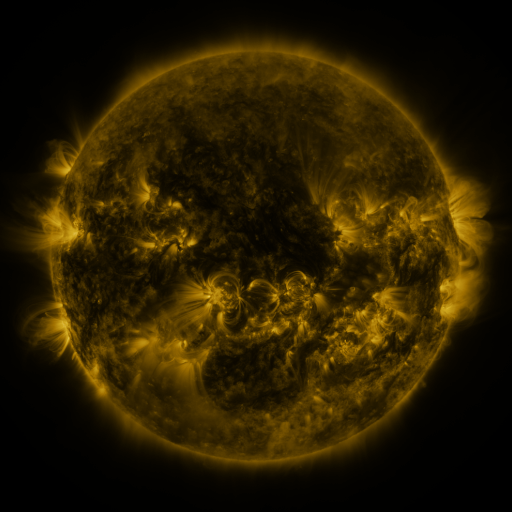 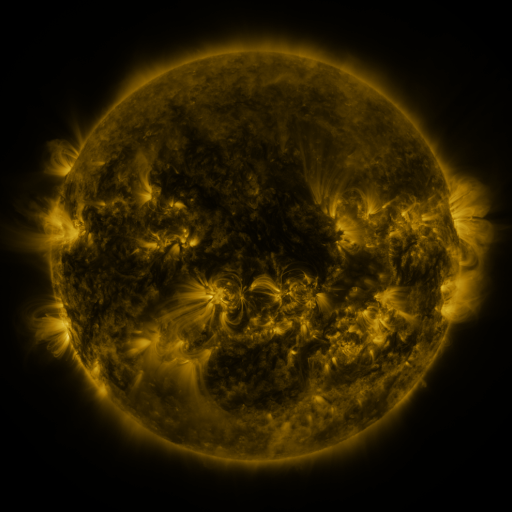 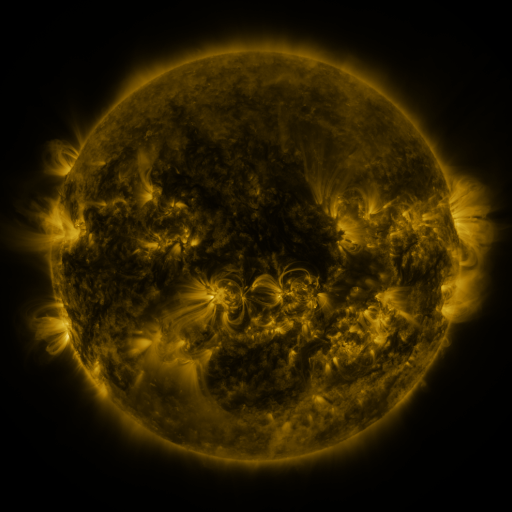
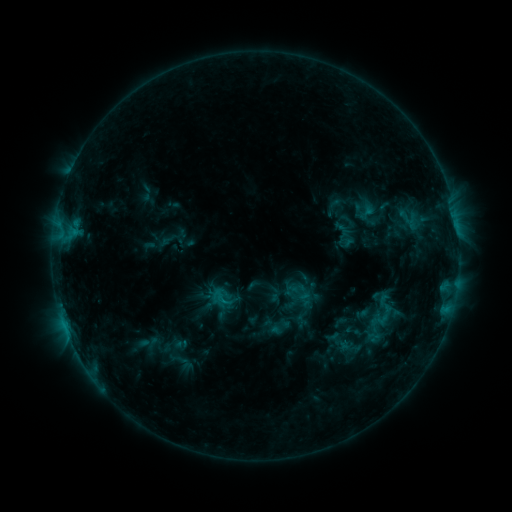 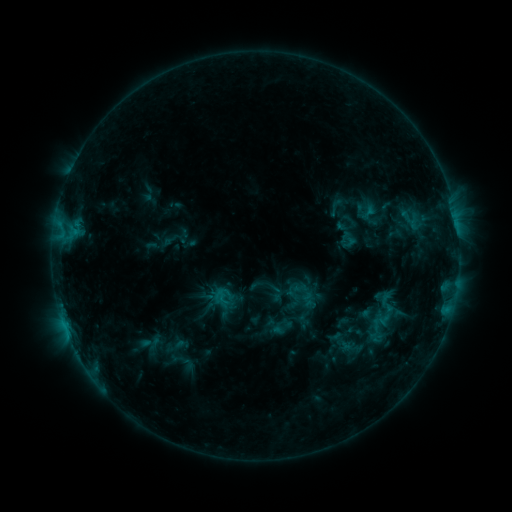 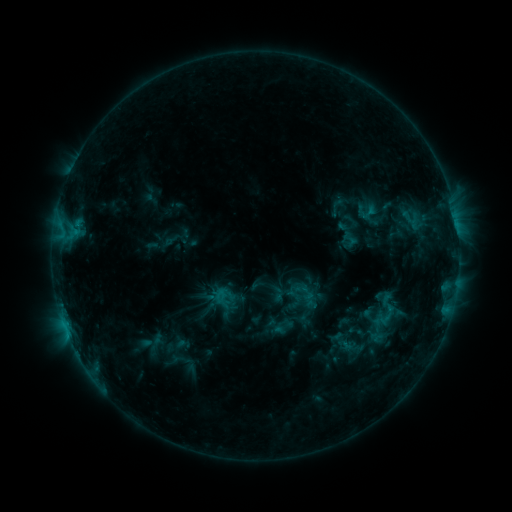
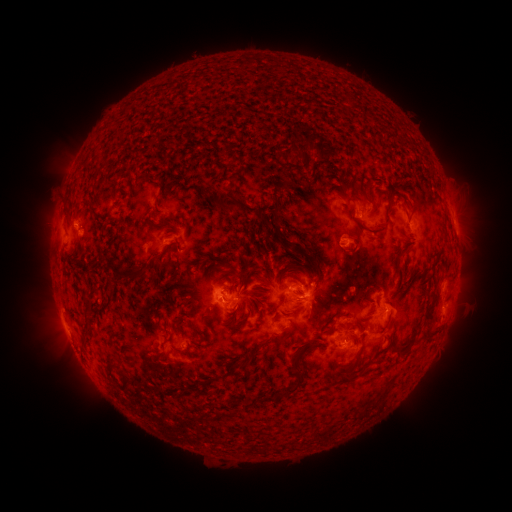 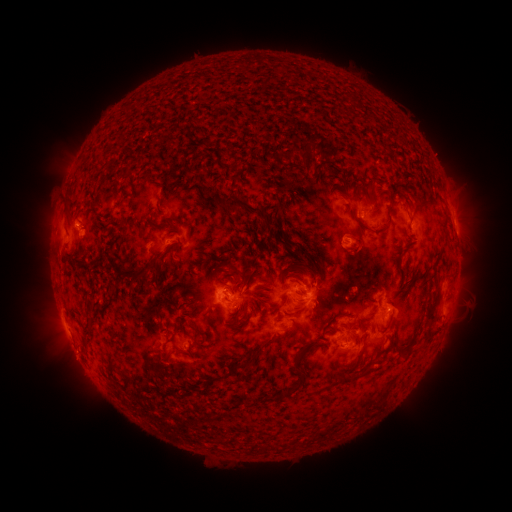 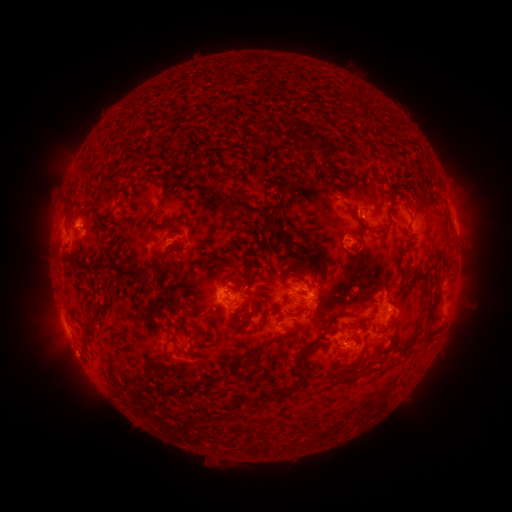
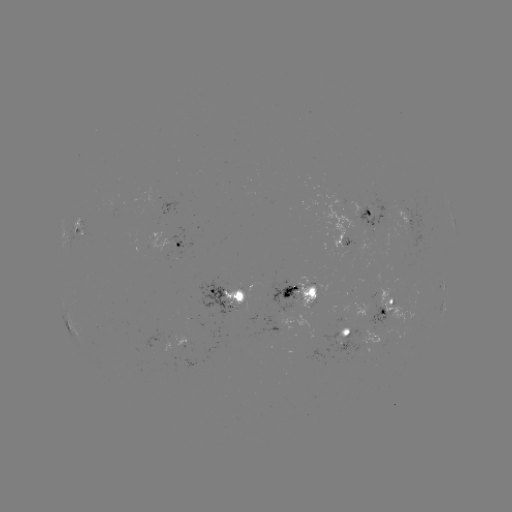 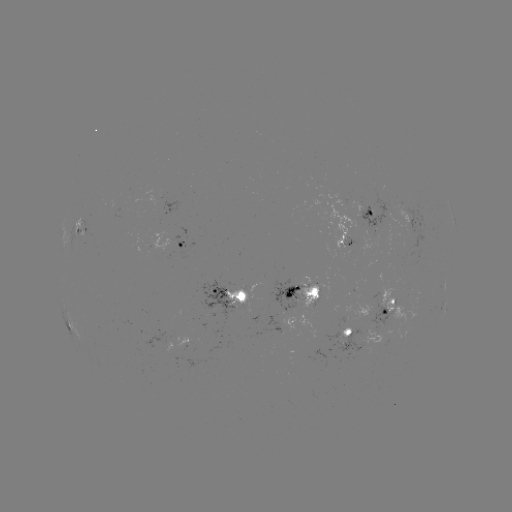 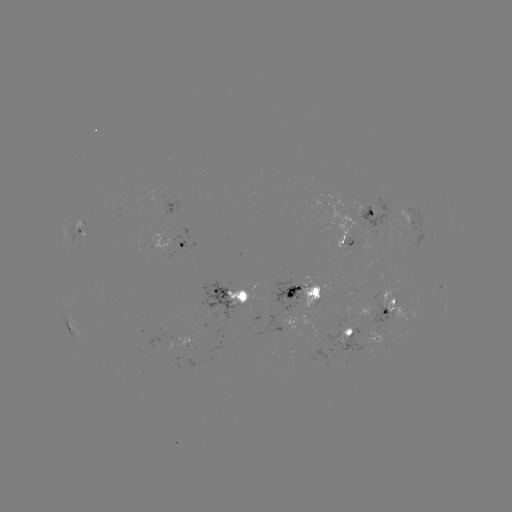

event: emerging-flux region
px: (373, 212)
